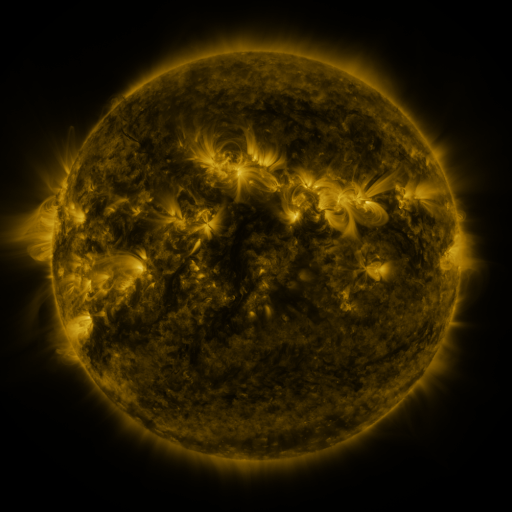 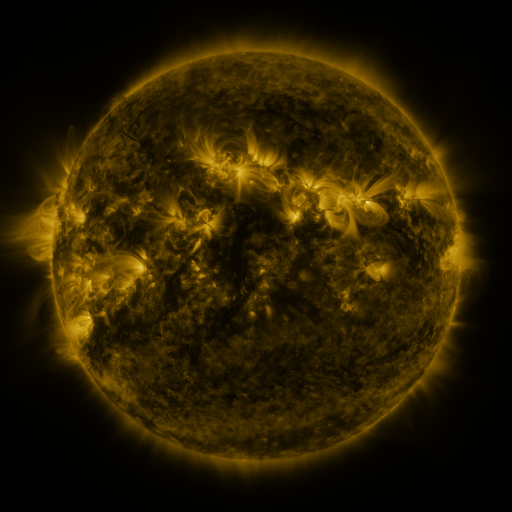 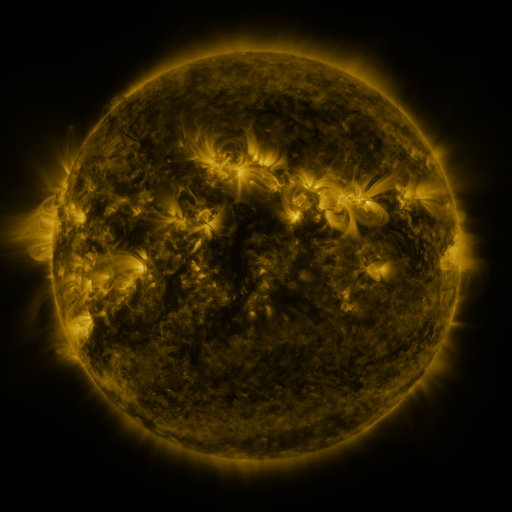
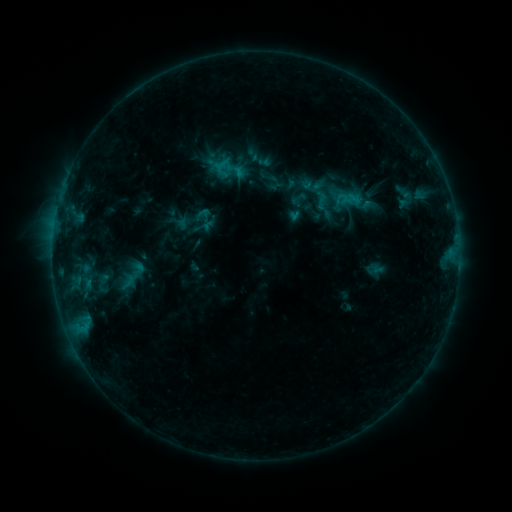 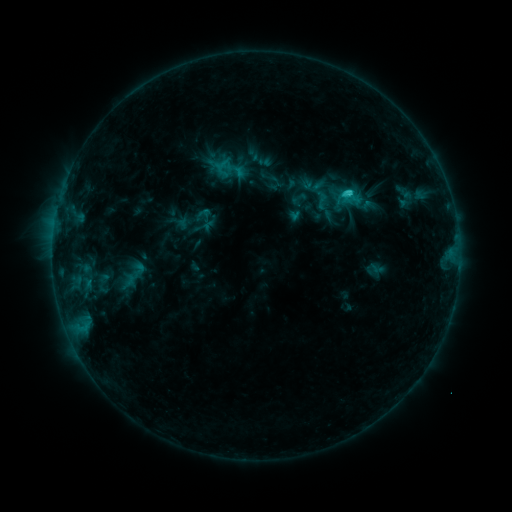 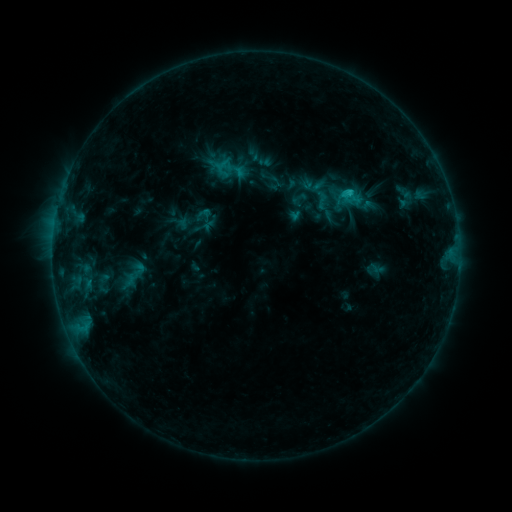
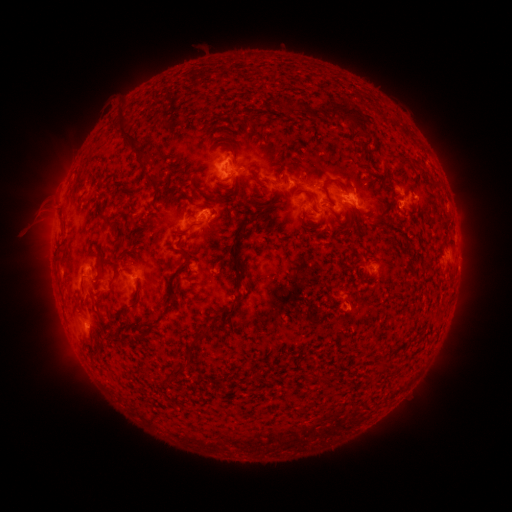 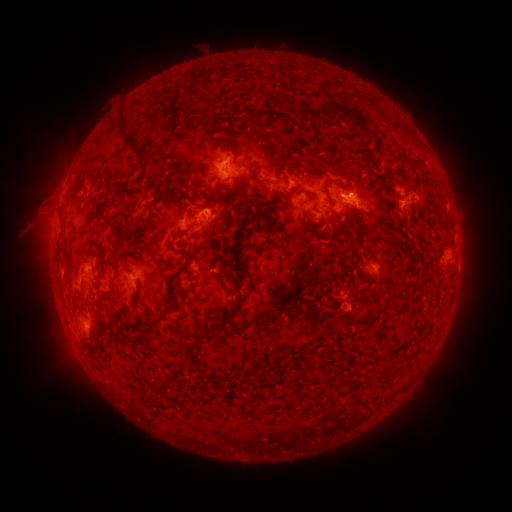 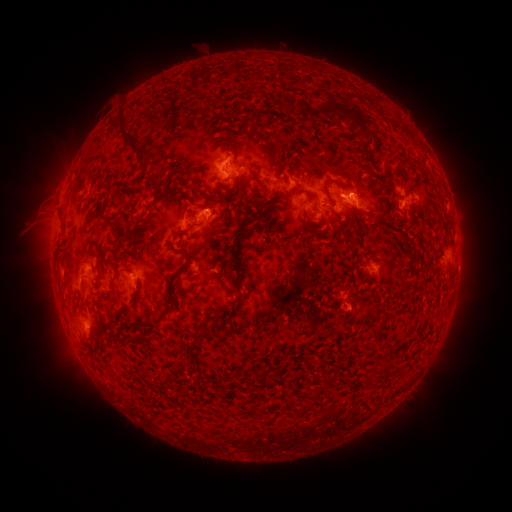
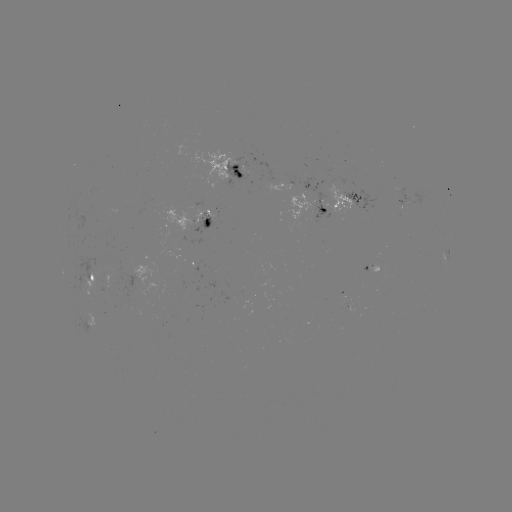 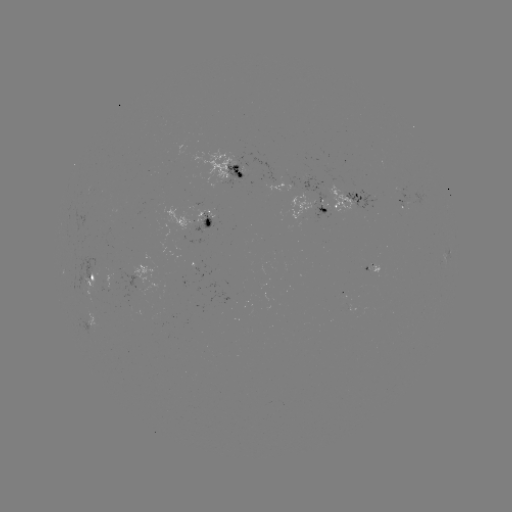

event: flare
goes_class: C1.4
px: (346, 193)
